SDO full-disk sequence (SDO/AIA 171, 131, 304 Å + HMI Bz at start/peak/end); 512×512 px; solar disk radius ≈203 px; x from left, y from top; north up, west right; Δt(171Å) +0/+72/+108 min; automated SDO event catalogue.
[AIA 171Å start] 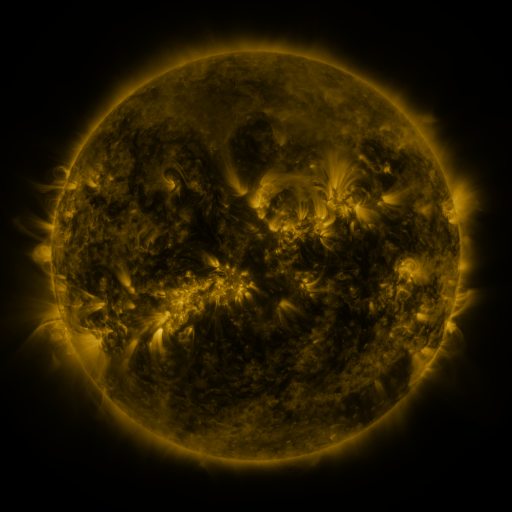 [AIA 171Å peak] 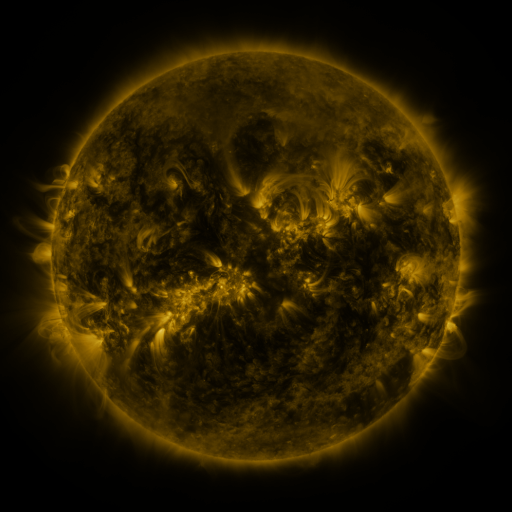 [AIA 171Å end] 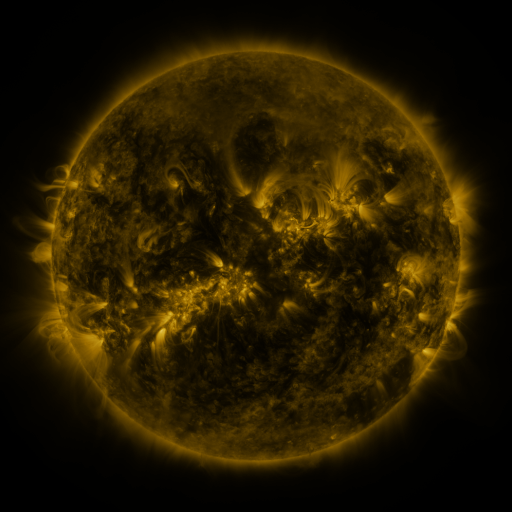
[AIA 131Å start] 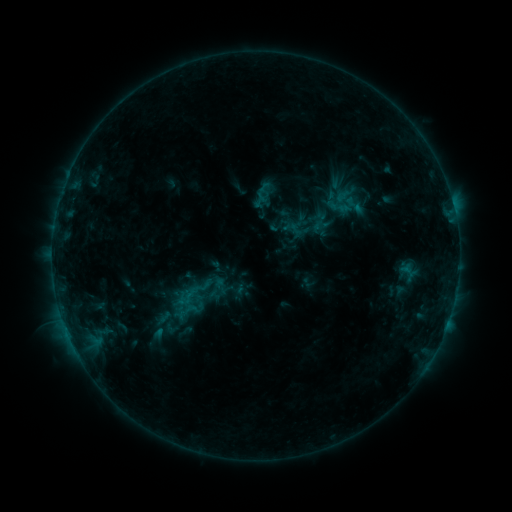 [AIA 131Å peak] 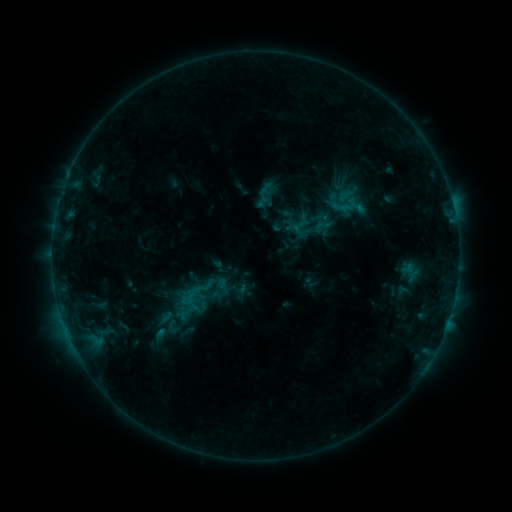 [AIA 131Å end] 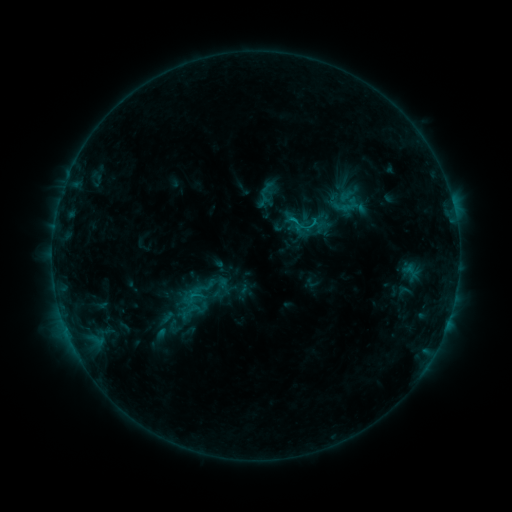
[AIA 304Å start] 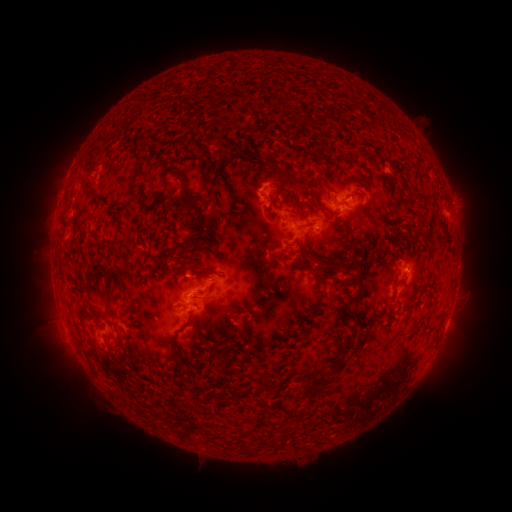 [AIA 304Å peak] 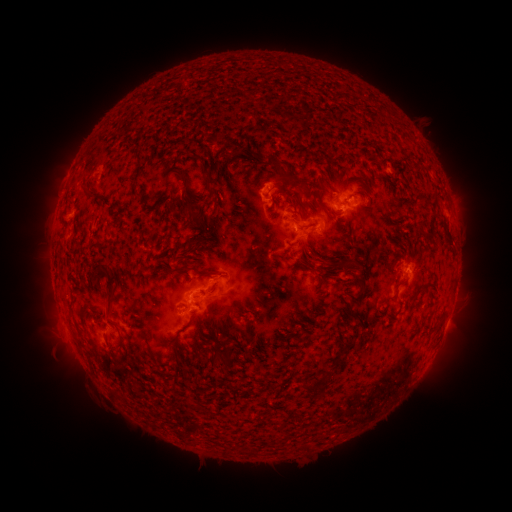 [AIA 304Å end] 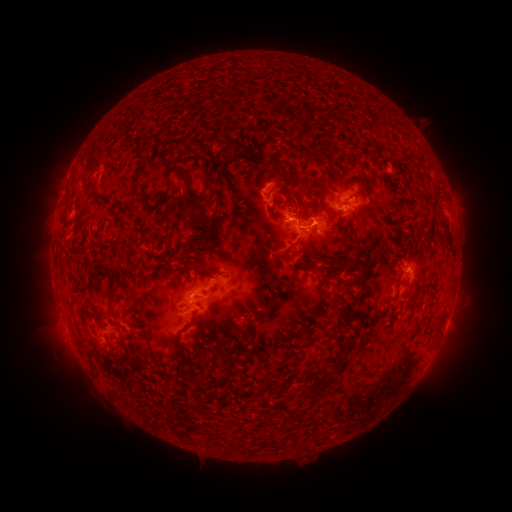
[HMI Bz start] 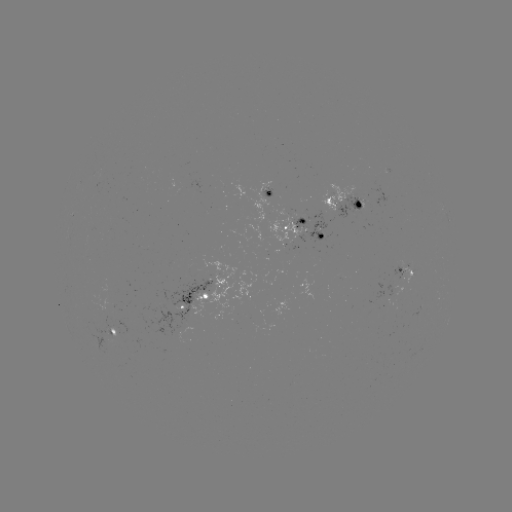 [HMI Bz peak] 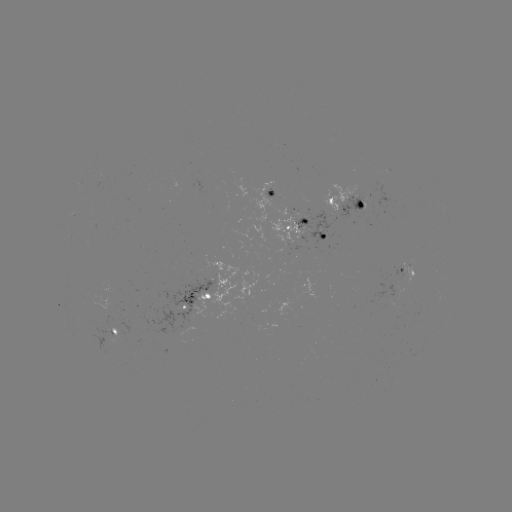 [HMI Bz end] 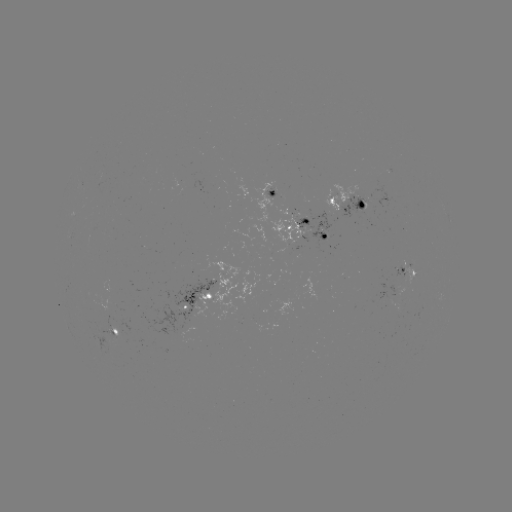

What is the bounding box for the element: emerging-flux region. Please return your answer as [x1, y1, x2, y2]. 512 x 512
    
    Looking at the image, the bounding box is [321, 184, 360, 212].